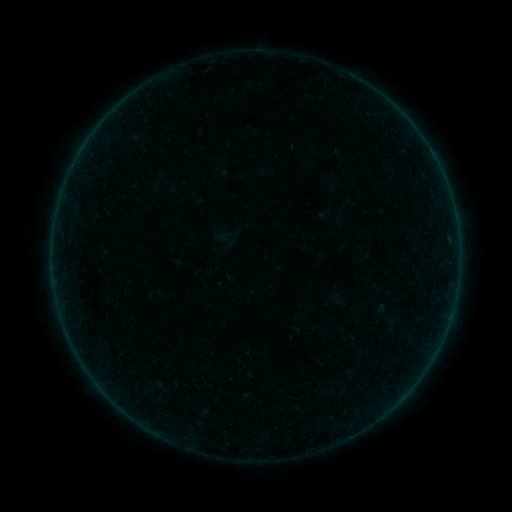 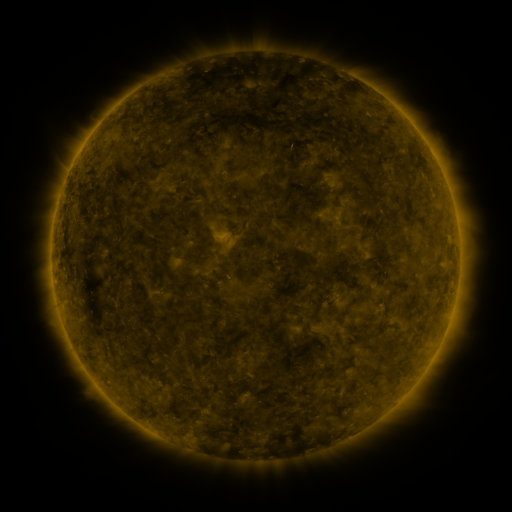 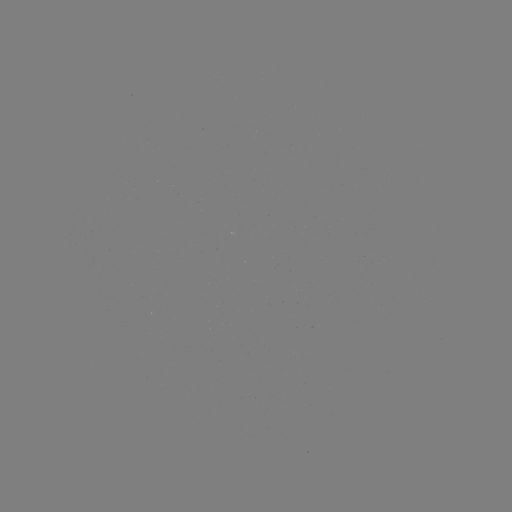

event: sigmoid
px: (225, 237)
